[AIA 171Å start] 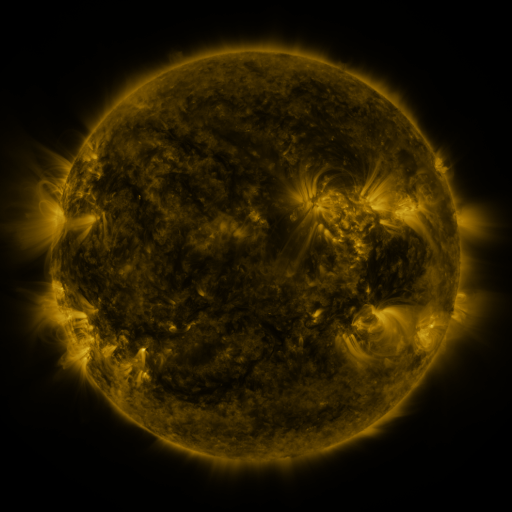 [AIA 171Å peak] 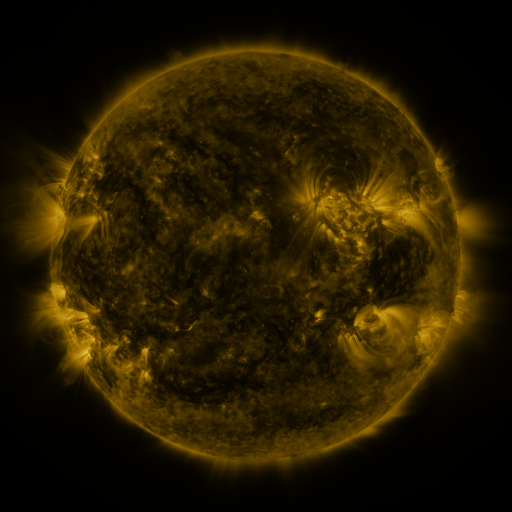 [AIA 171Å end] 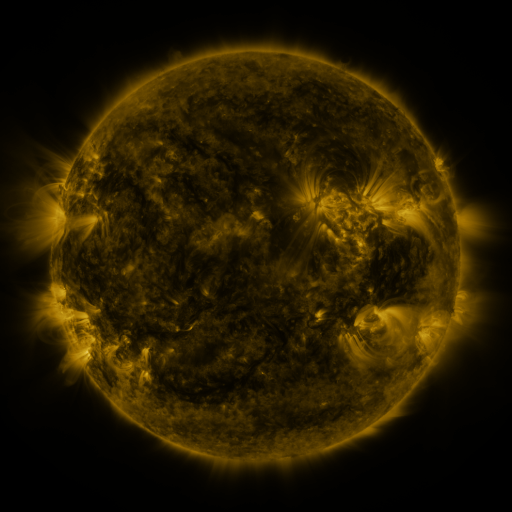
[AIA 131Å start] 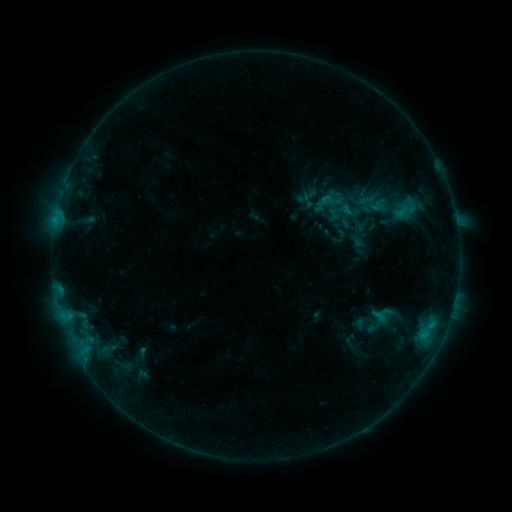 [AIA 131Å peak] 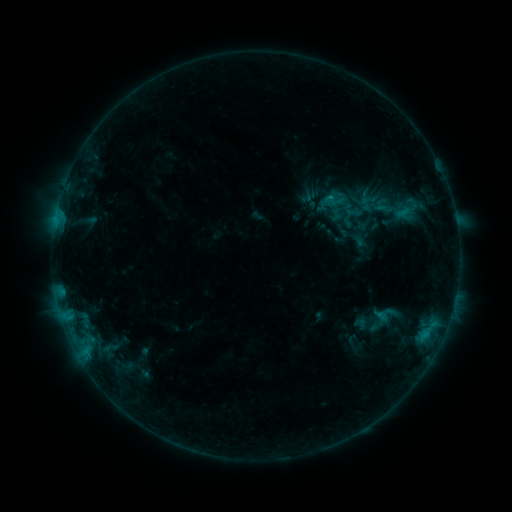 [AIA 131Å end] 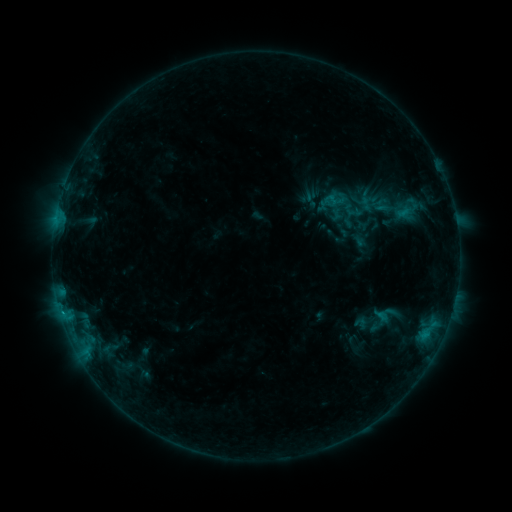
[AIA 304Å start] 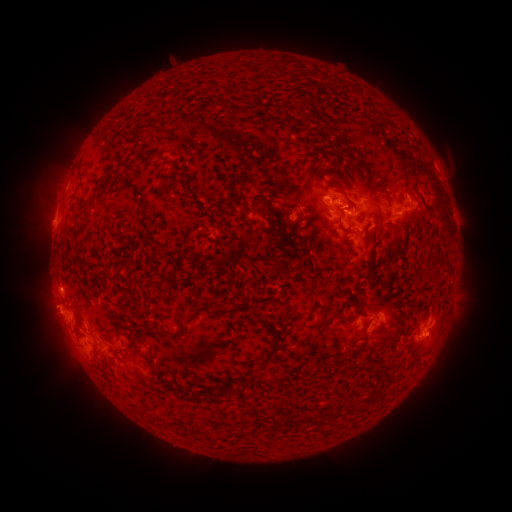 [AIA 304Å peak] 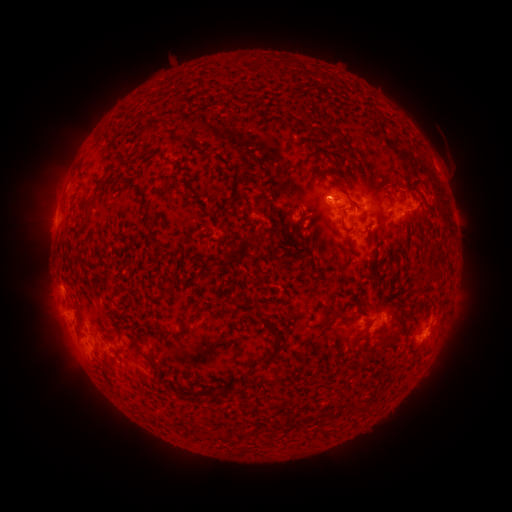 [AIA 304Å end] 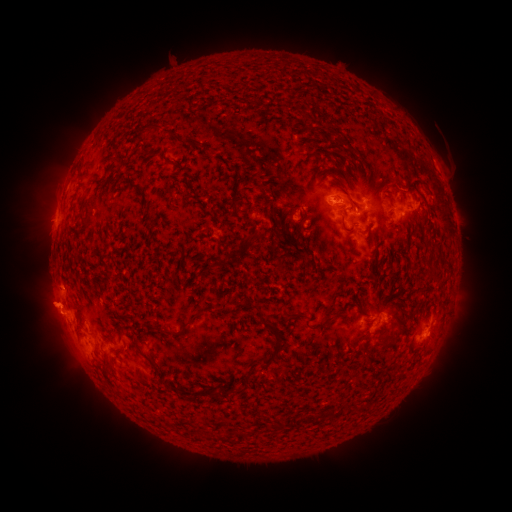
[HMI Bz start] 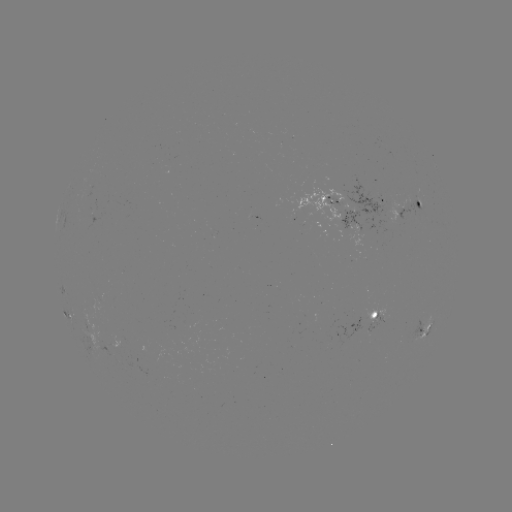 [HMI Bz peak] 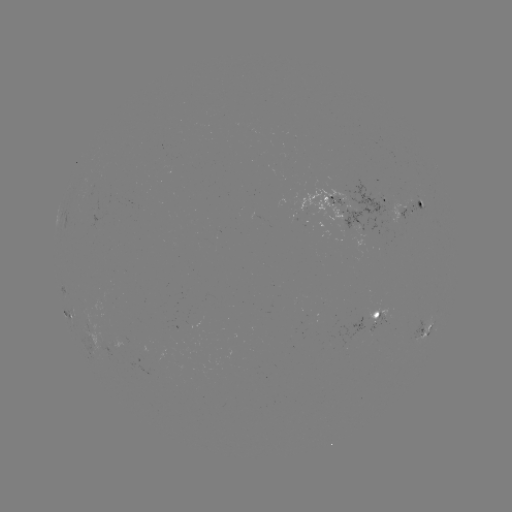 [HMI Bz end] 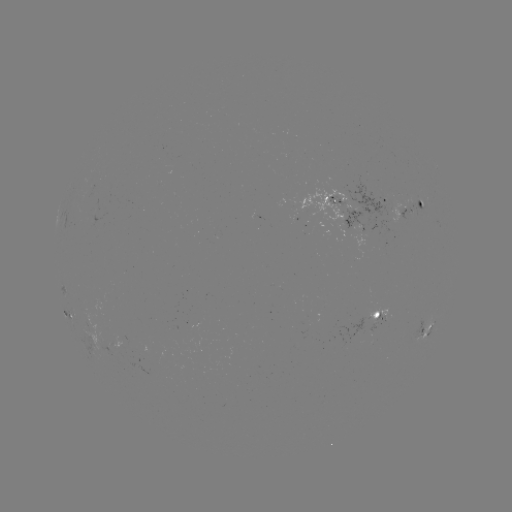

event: emerging-flux region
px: (307, 221)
